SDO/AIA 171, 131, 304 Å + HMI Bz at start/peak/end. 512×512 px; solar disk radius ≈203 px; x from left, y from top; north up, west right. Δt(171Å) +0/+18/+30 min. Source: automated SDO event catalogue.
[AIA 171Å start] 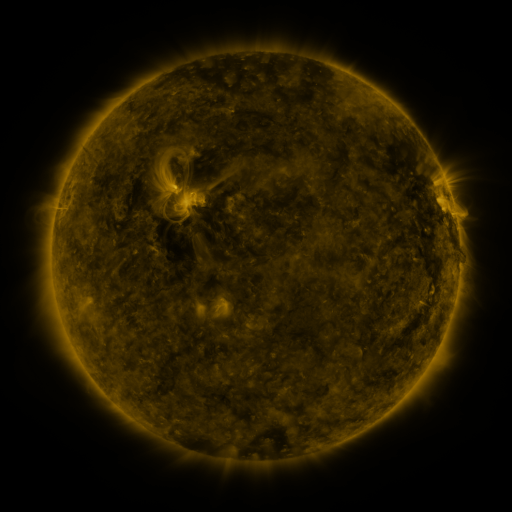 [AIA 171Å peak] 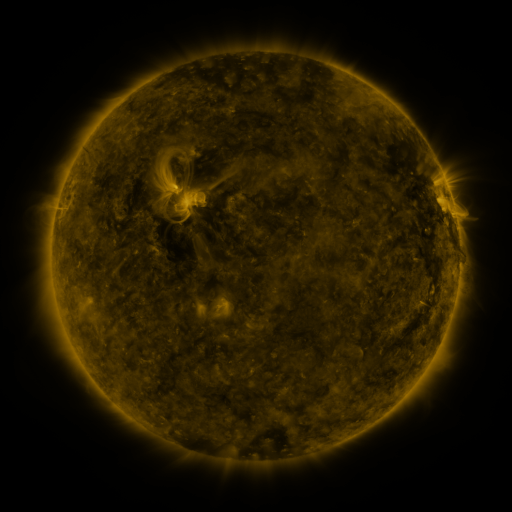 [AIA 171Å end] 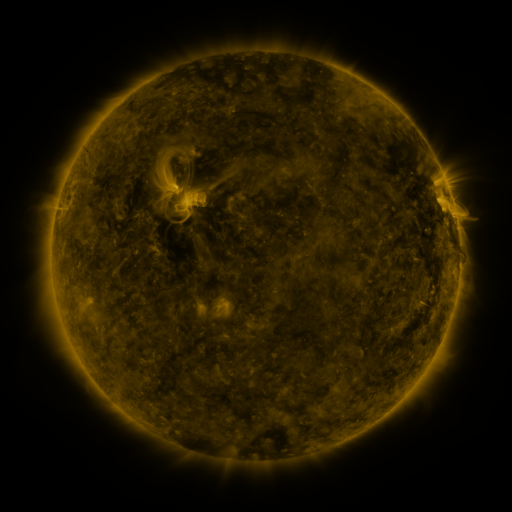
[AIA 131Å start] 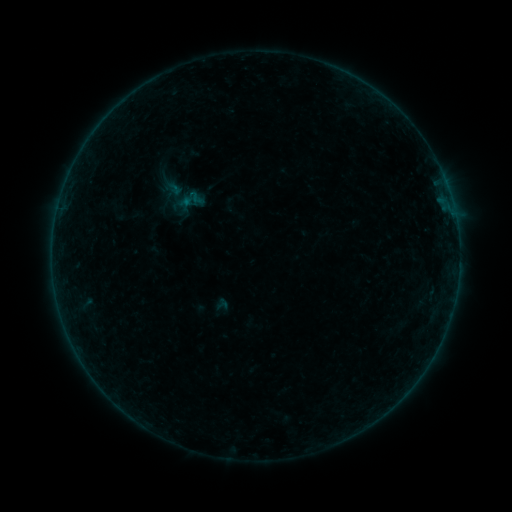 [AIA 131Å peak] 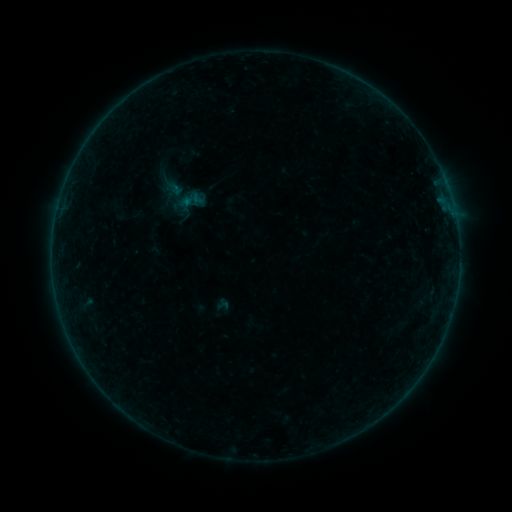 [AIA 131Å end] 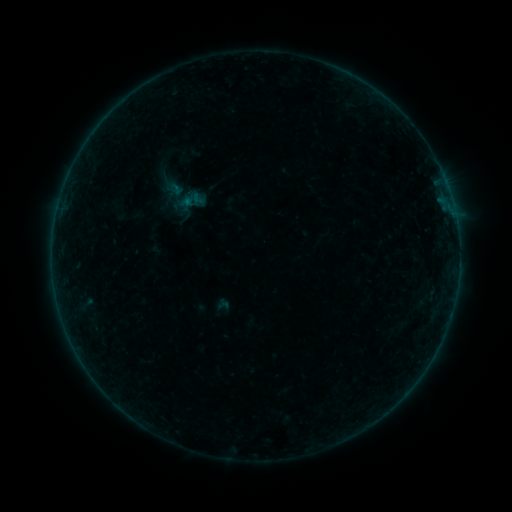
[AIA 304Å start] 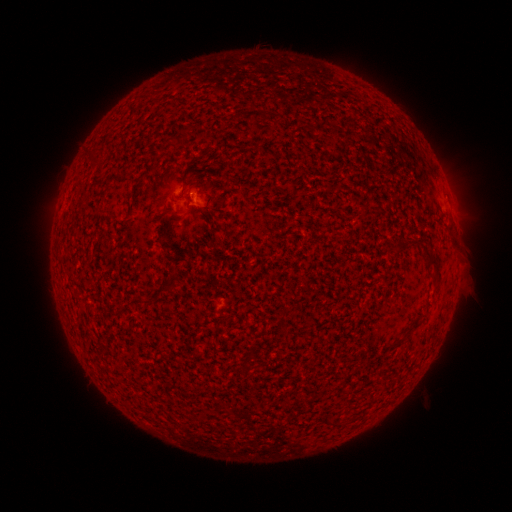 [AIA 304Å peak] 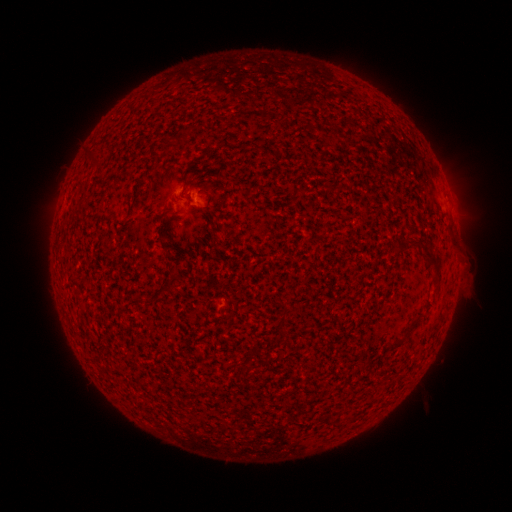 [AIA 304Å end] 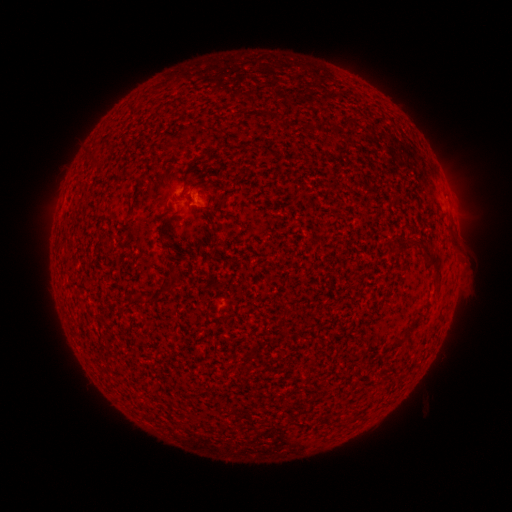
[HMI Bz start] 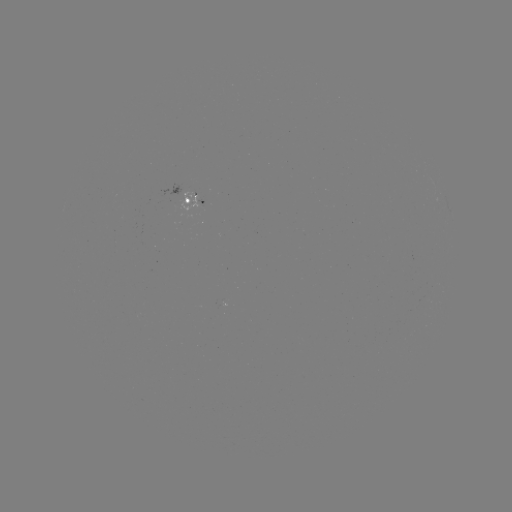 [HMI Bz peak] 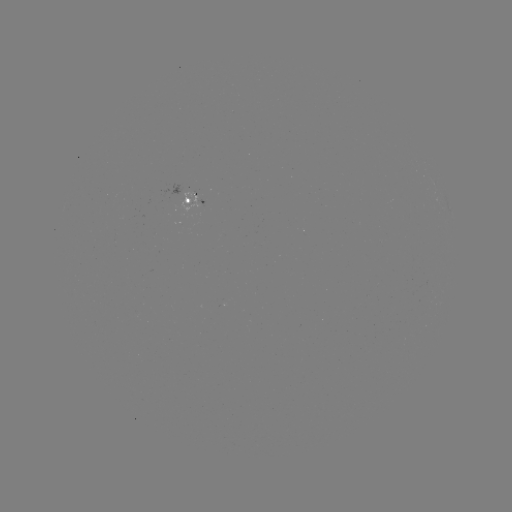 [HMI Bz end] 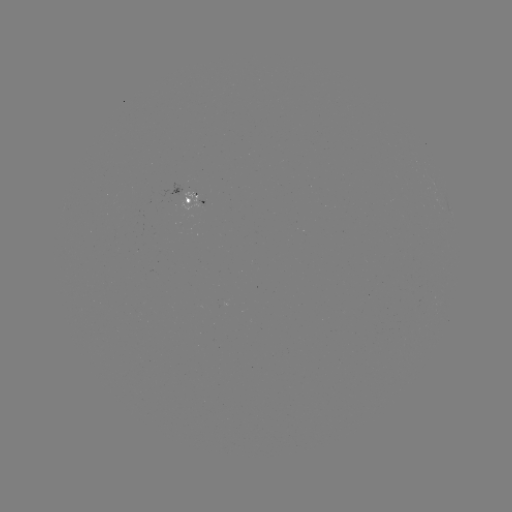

no classed flare was catalogued and no EUV brightening was flagged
